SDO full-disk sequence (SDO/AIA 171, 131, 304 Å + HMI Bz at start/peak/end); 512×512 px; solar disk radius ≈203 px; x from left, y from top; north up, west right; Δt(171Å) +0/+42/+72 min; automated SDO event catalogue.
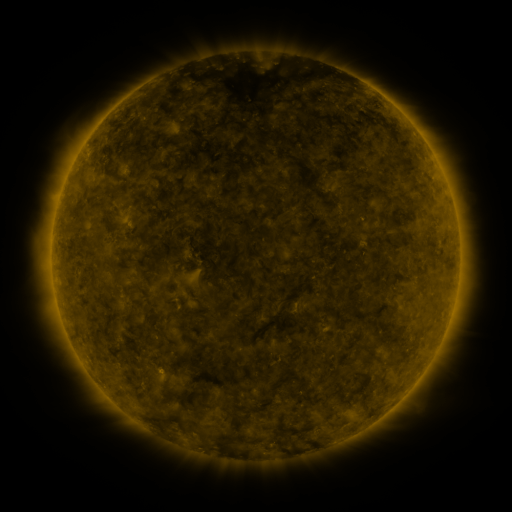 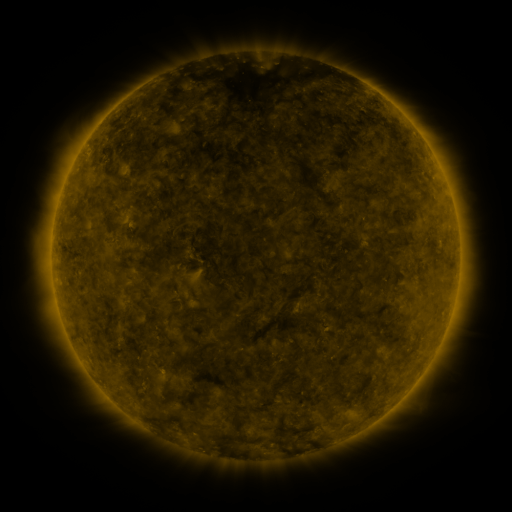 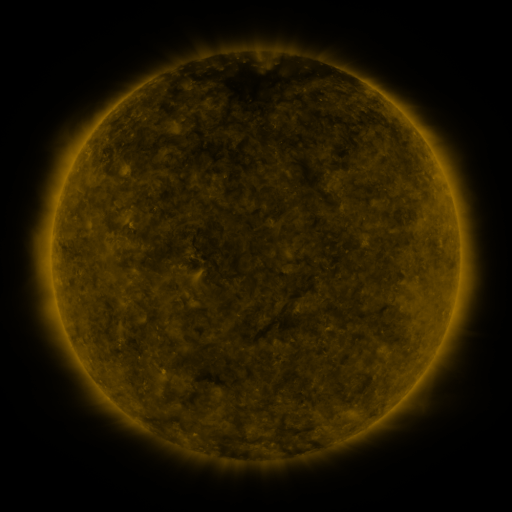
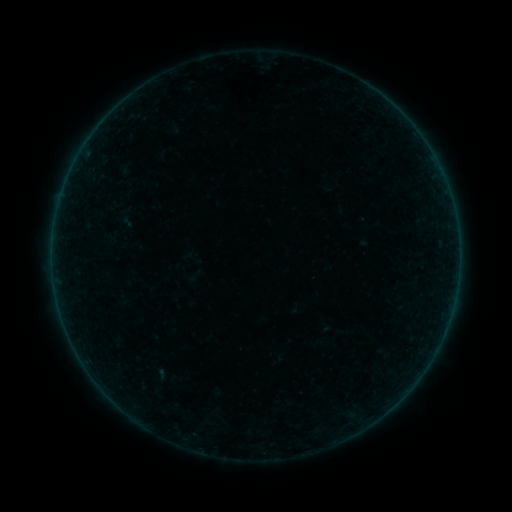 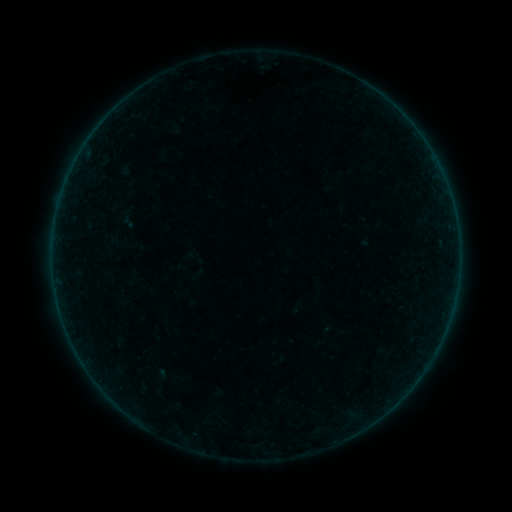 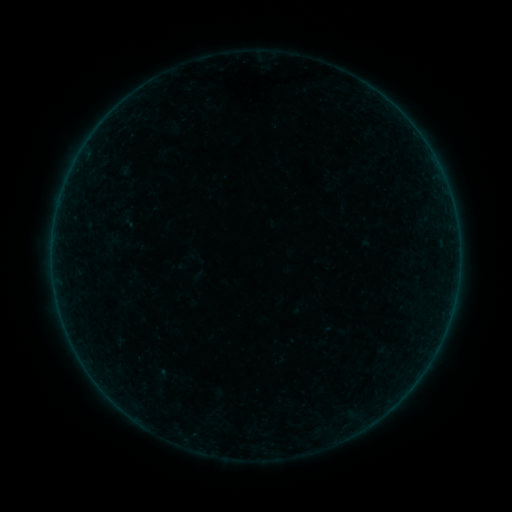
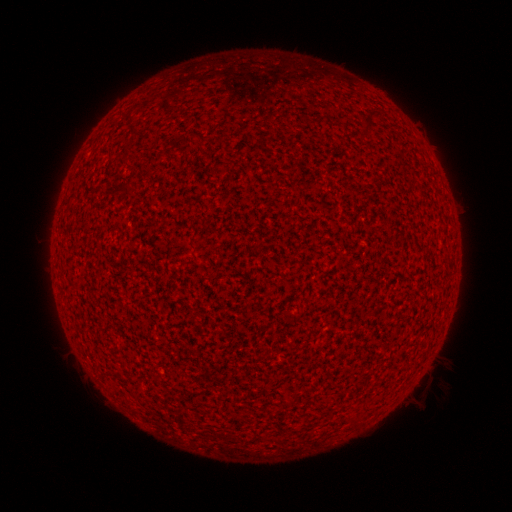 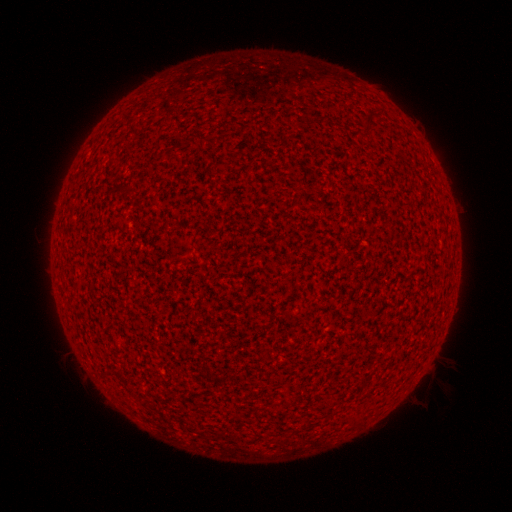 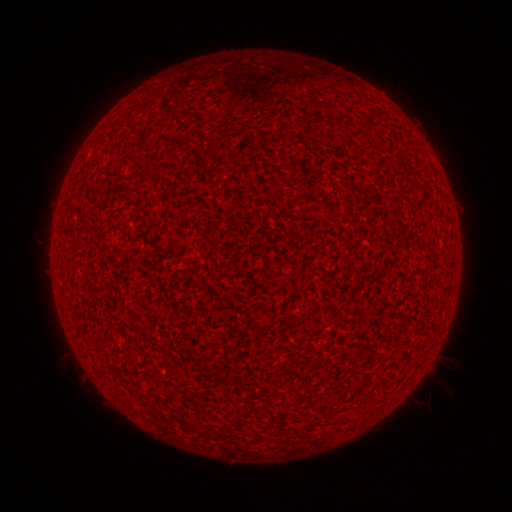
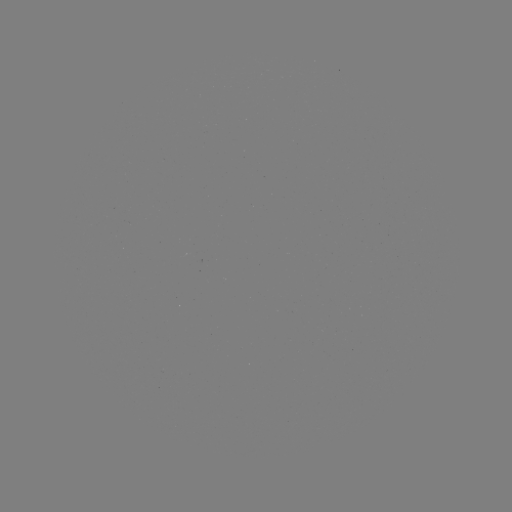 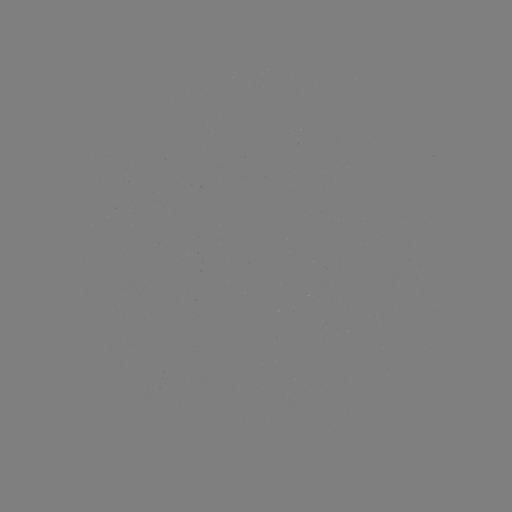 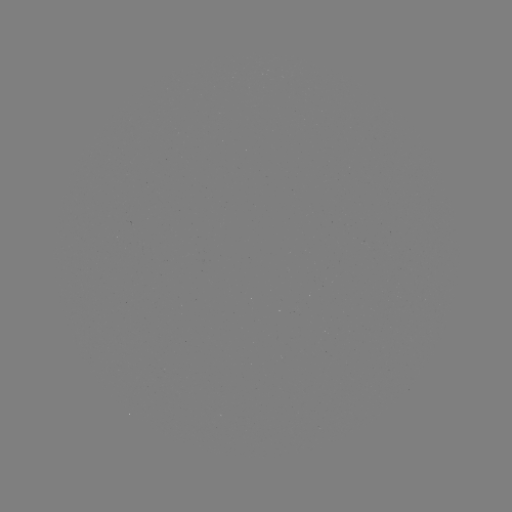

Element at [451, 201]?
A6.7 flare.